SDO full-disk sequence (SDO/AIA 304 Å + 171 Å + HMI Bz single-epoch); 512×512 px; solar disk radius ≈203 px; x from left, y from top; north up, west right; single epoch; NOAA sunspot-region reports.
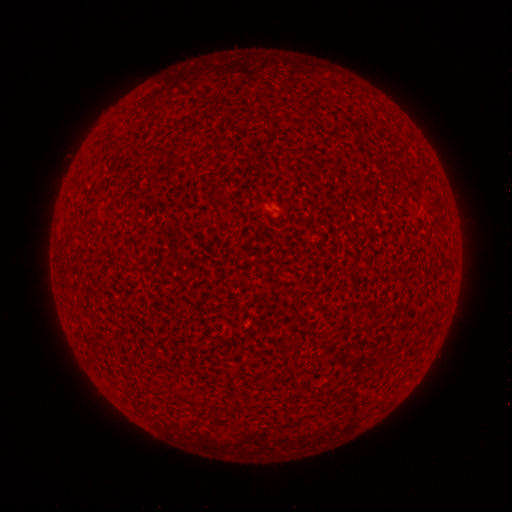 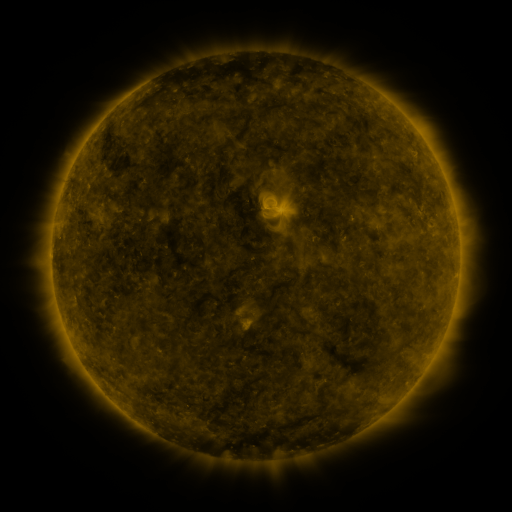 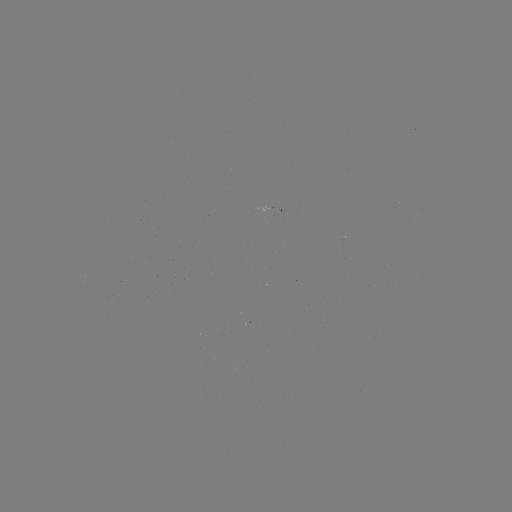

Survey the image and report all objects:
(none)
